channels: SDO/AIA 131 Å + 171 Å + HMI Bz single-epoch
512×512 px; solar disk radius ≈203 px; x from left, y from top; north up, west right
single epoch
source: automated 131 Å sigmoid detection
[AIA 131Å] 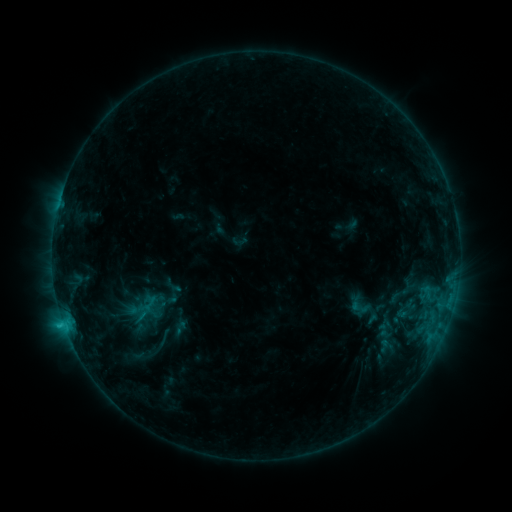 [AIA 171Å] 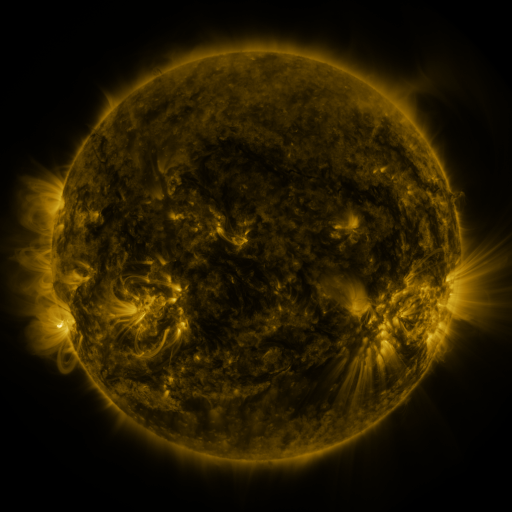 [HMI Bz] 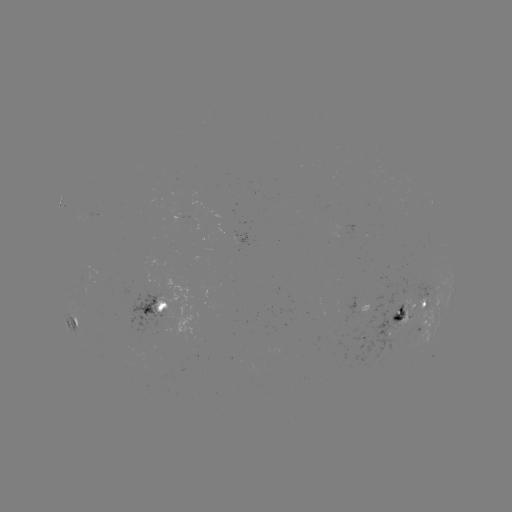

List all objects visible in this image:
sigmoid: <bbox>345, 291, 373, 319</bbox>
